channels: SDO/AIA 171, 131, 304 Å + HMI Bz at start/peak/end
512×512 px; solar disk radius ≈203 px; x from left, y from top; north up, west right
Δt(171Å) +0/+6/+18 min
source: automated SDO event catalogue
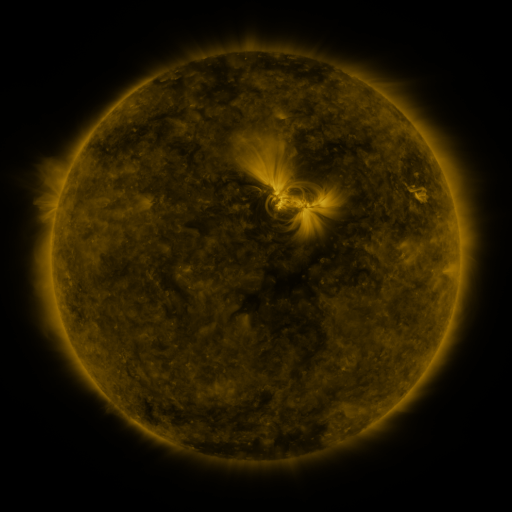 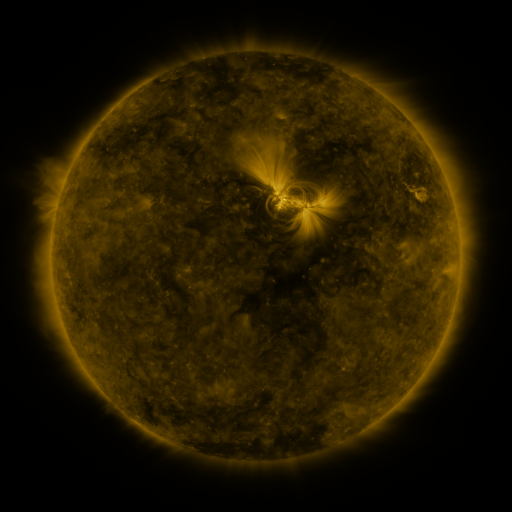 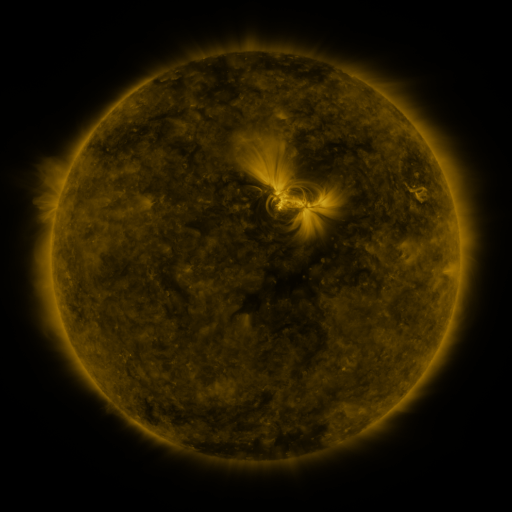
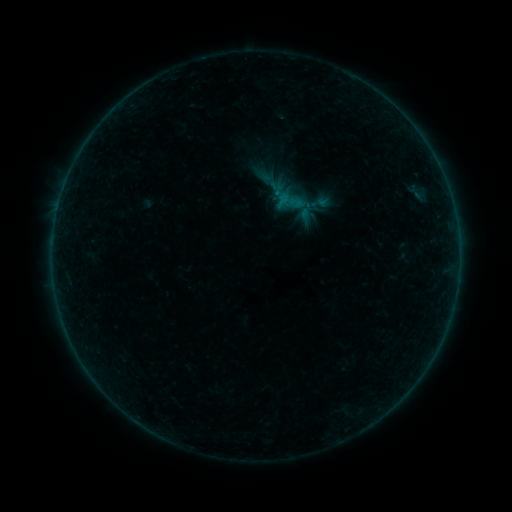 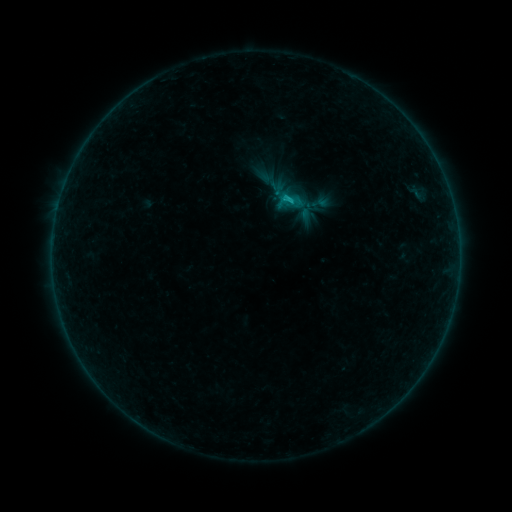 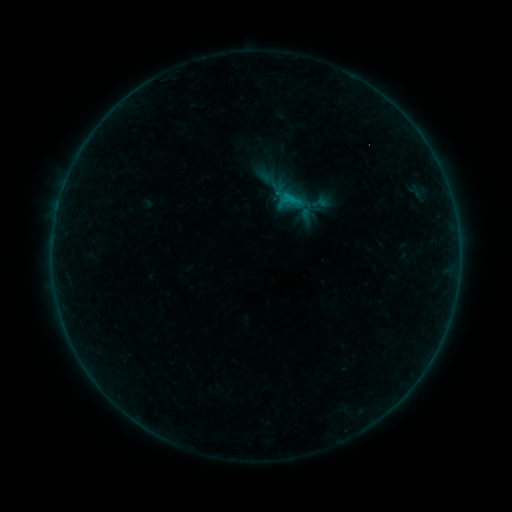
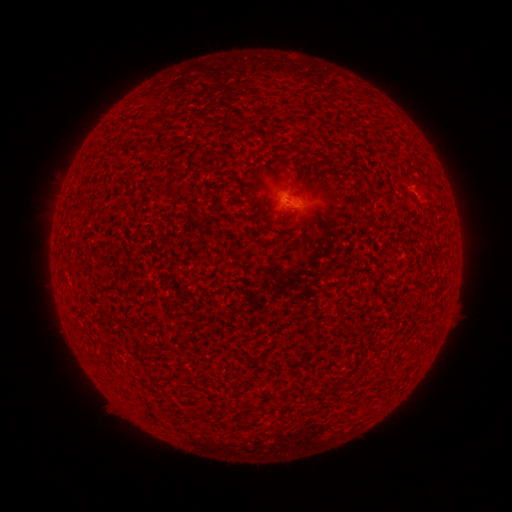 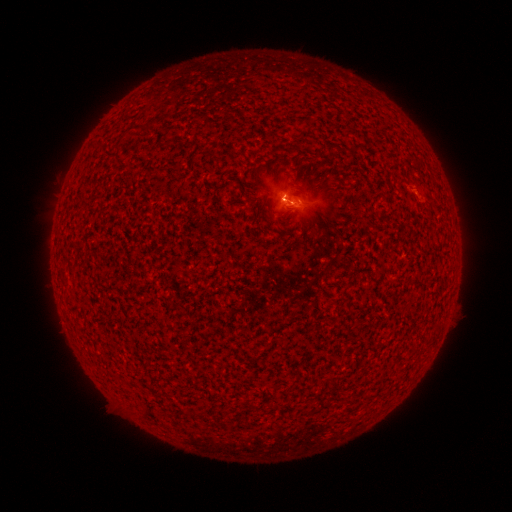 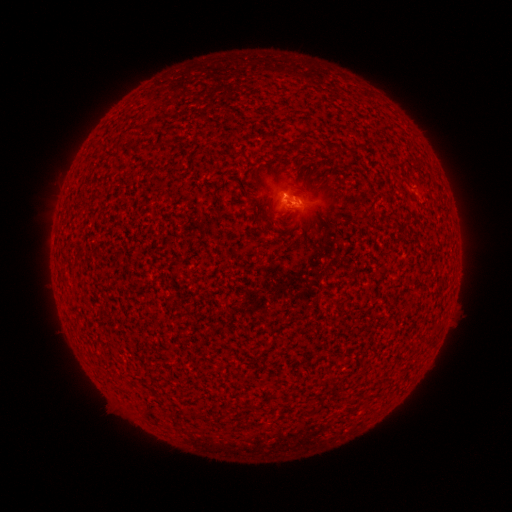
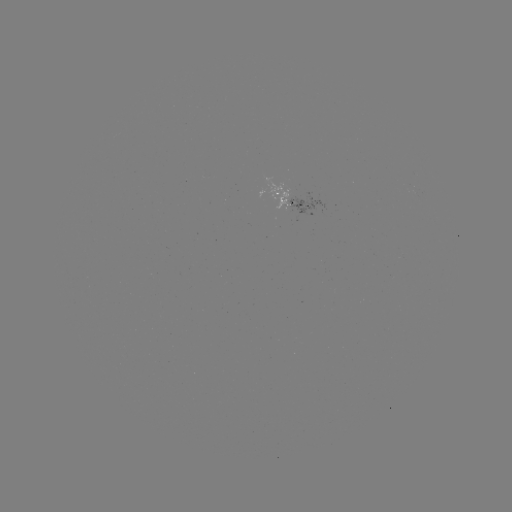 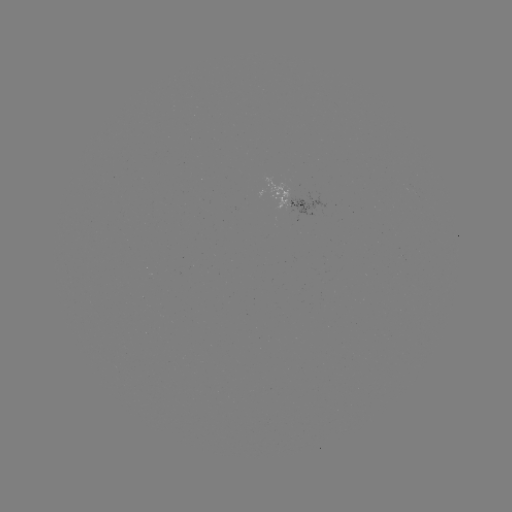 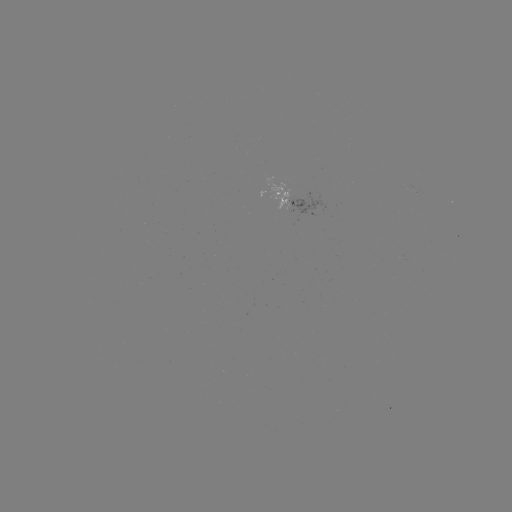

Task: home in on B5.0 flare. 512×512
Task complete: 286,200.